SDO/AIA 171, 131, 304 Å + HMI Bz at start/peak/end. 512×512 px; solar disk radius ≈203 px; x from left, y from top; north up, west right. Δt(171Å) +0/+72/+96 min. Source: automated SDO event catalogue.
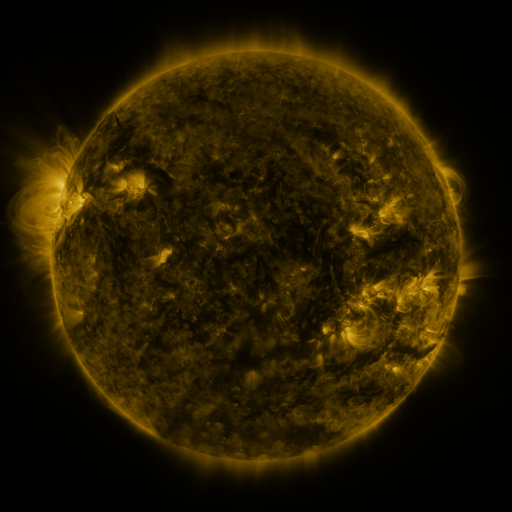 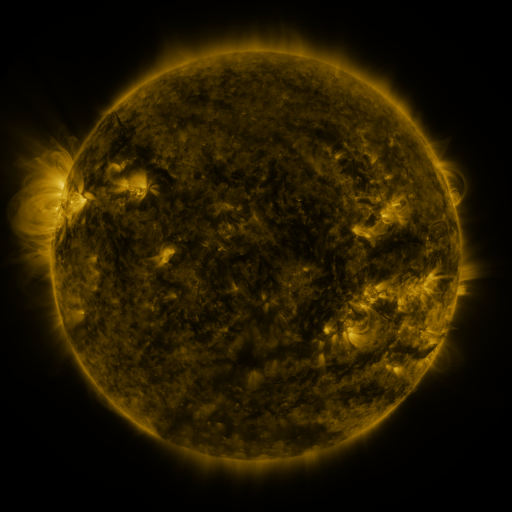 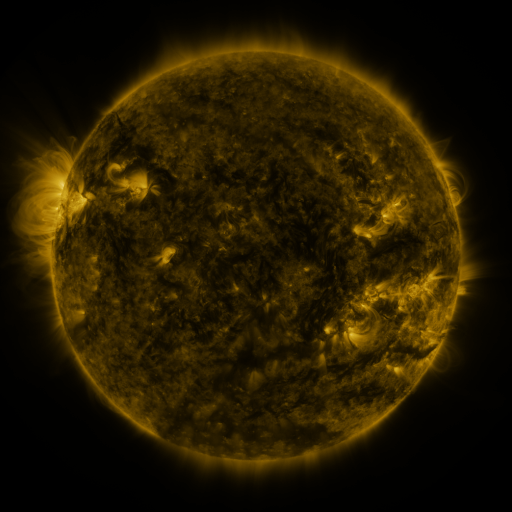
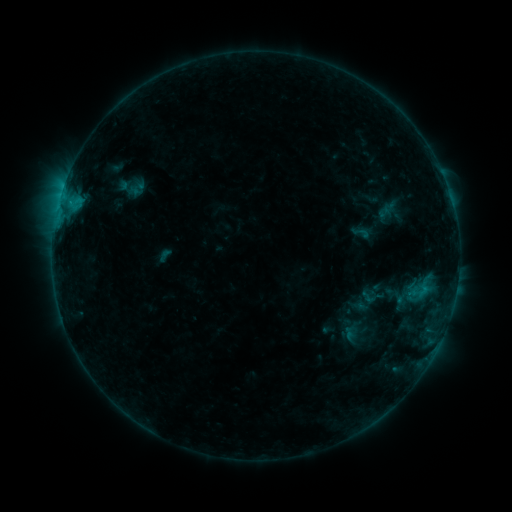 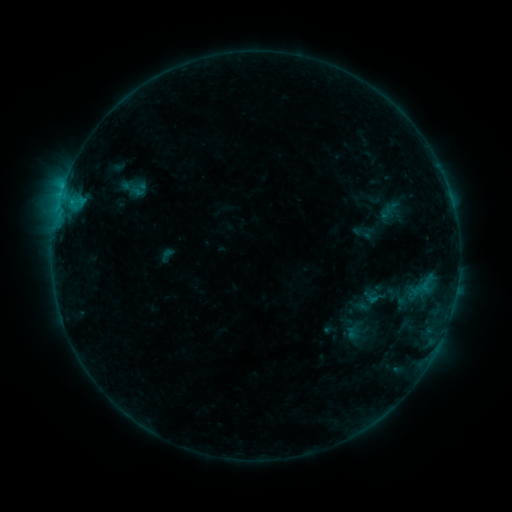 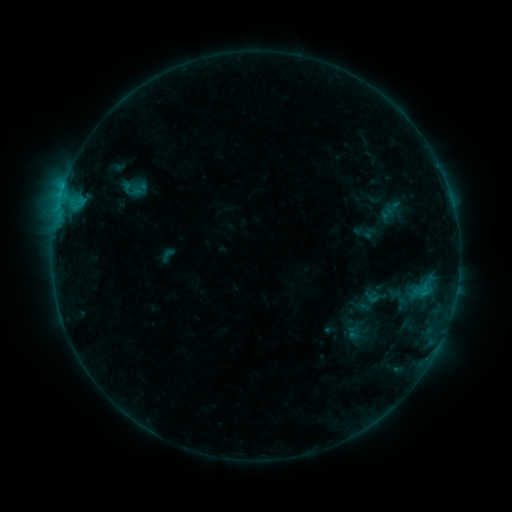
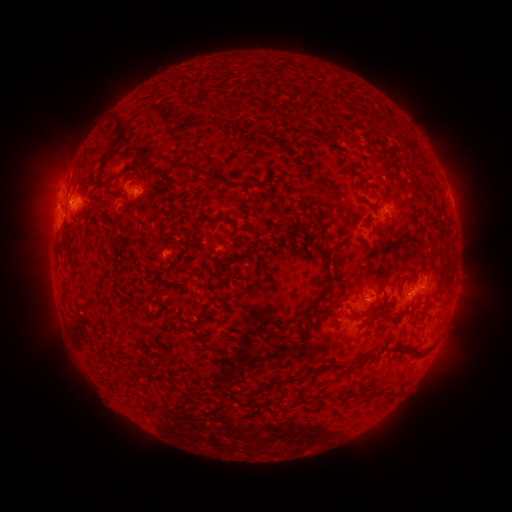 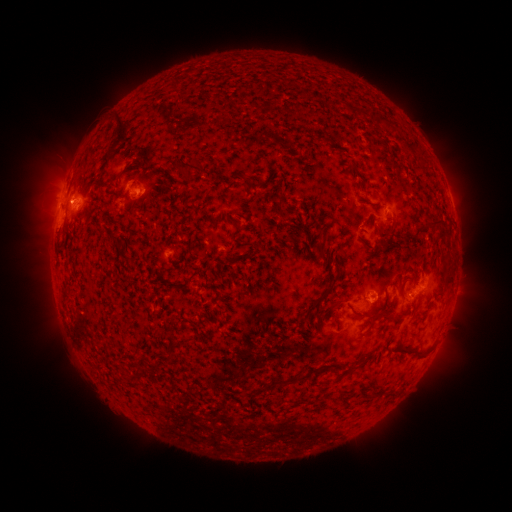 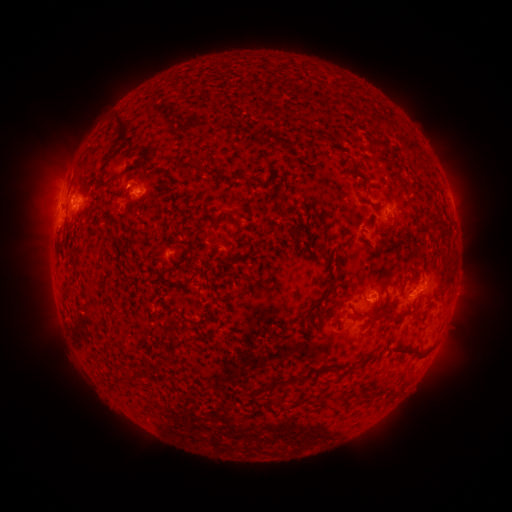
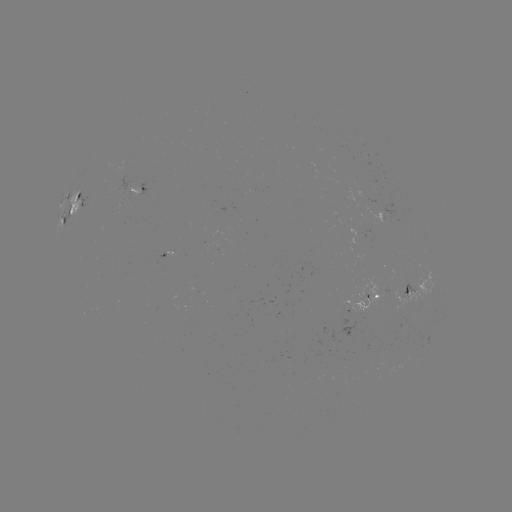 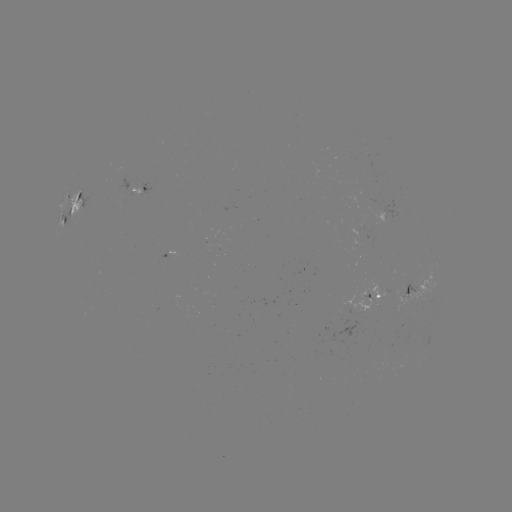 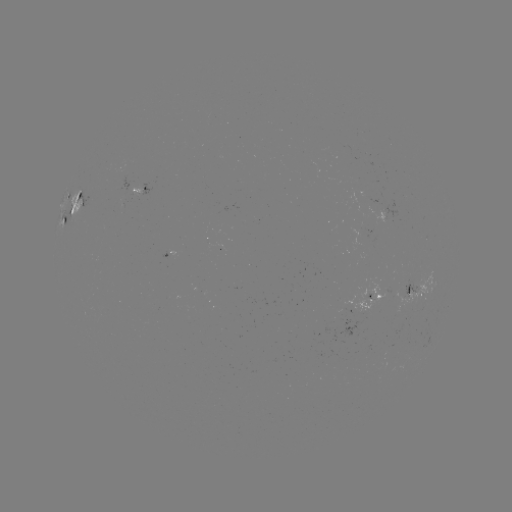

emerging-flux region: (214, 243, 225, 250)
